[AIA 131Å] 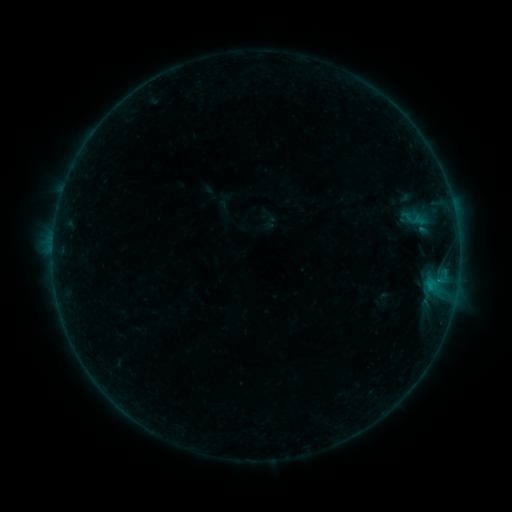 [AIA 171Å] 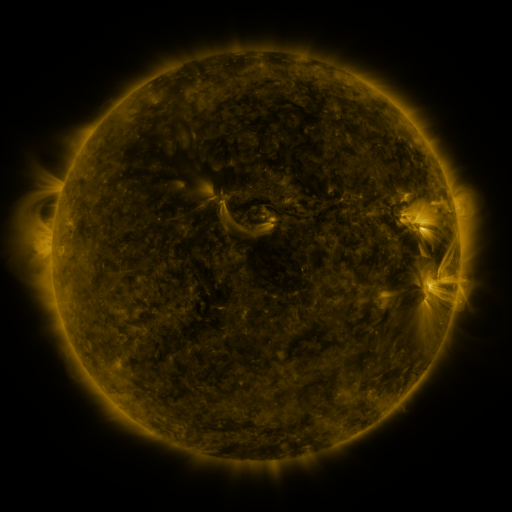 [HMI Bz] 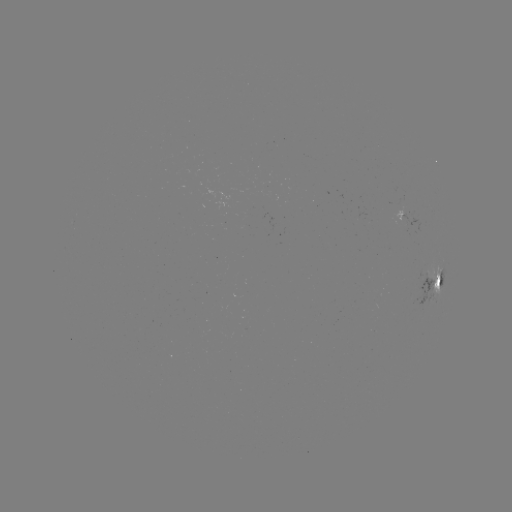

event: sigmoid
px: (411, 218)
